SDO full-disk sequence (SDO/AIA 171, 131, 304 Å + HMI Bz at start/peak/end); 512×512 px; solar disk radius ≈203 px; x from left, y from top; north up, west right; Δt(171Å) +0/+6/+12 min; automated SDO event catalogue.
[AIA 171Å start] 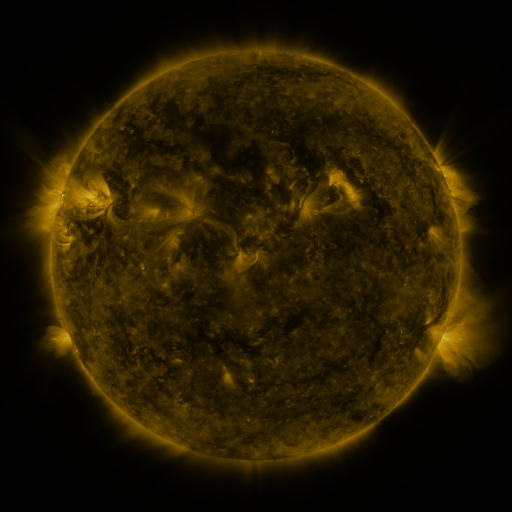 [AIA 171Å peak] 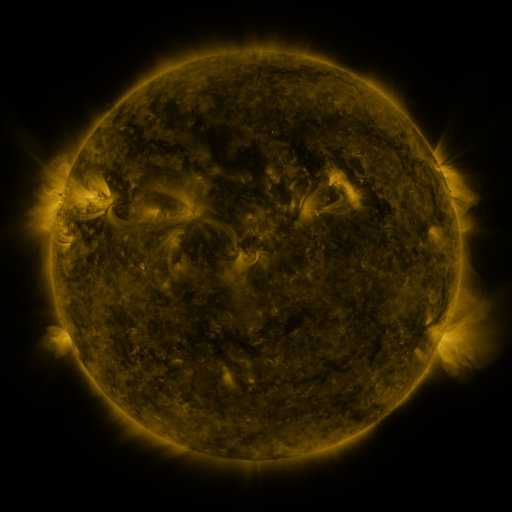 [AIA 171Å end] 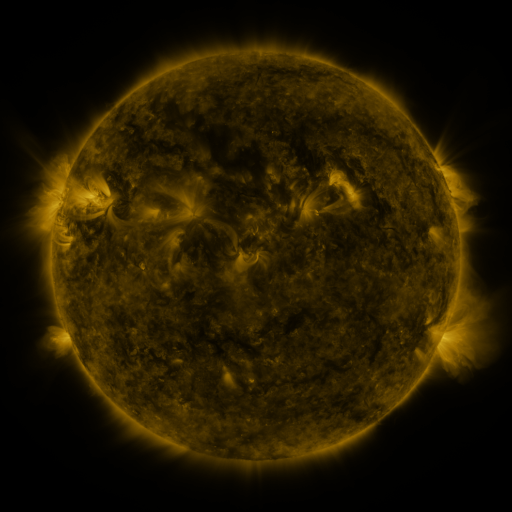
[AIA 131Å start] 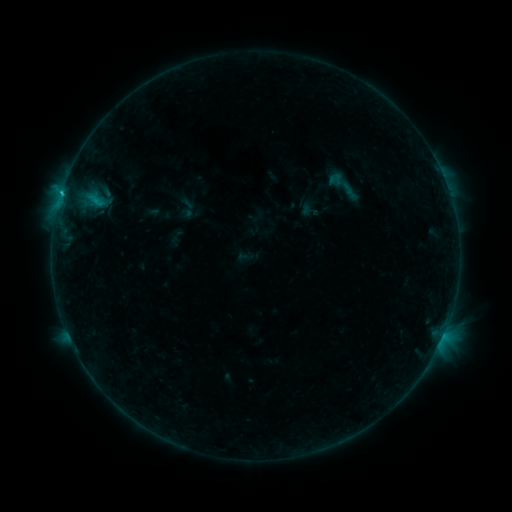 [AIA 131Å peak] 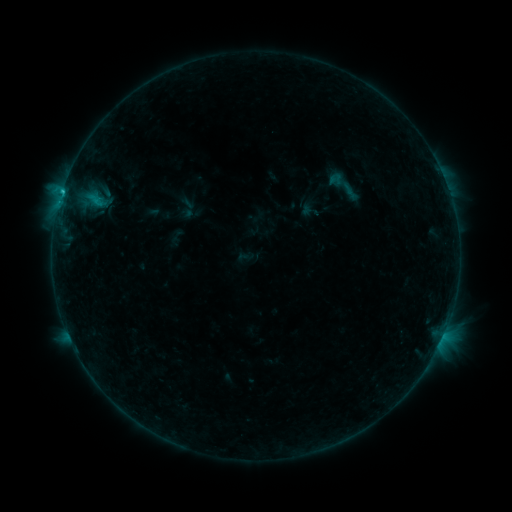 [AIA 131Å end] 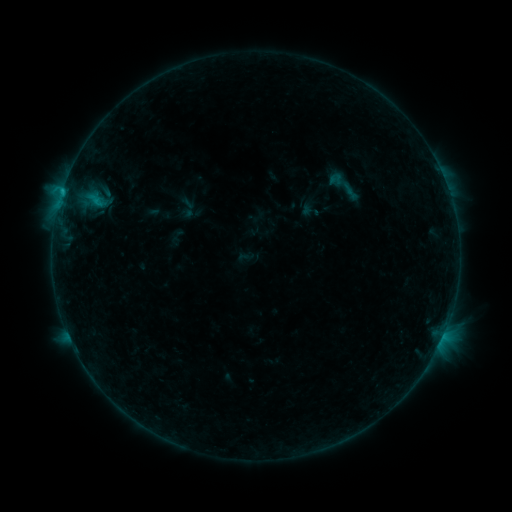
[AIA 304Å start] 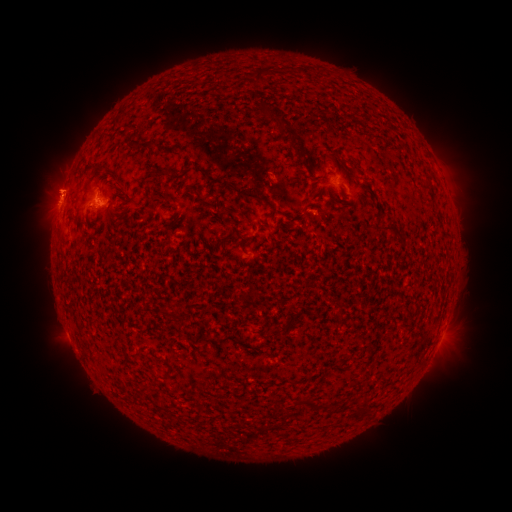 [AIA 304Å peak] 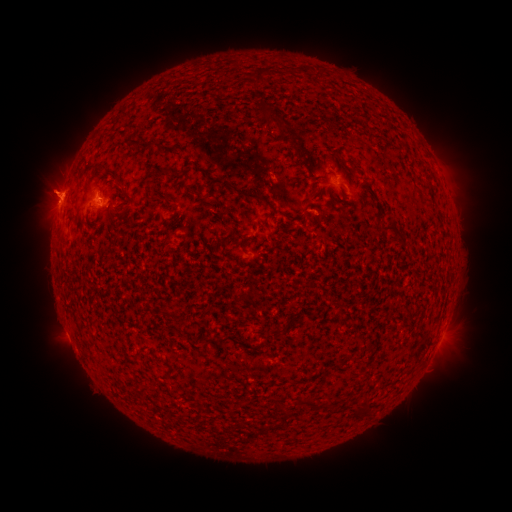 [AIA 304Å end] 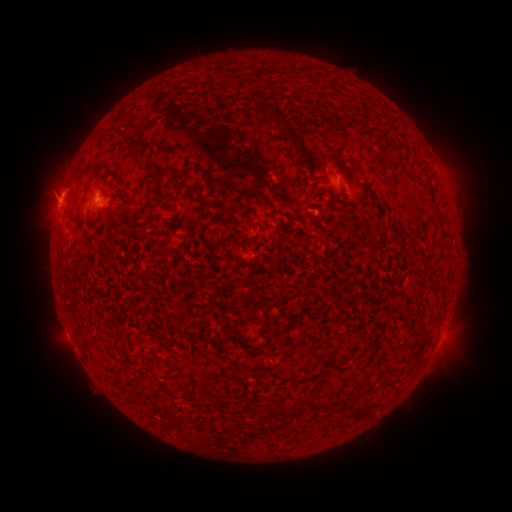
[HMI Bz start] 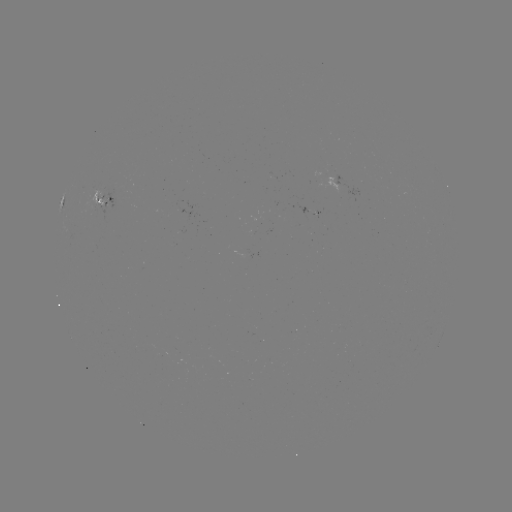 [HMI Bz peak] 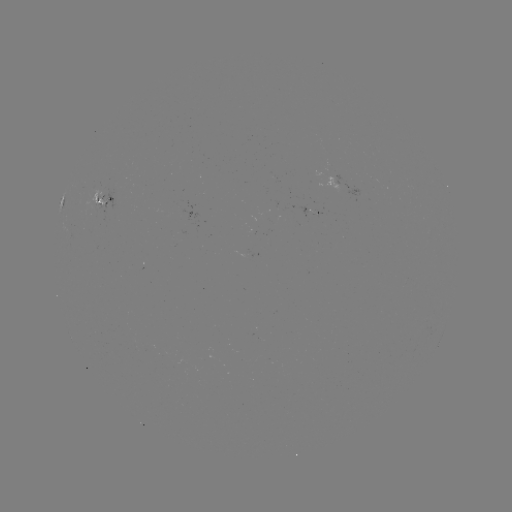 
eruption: (29, 217, 76, 246)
